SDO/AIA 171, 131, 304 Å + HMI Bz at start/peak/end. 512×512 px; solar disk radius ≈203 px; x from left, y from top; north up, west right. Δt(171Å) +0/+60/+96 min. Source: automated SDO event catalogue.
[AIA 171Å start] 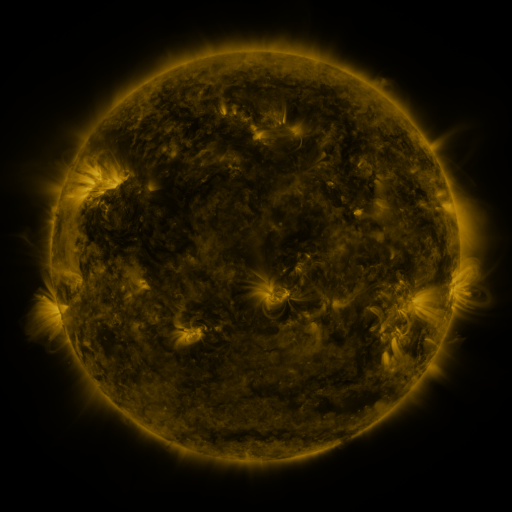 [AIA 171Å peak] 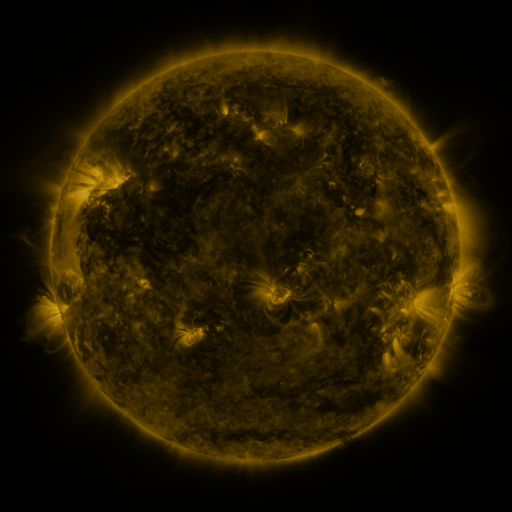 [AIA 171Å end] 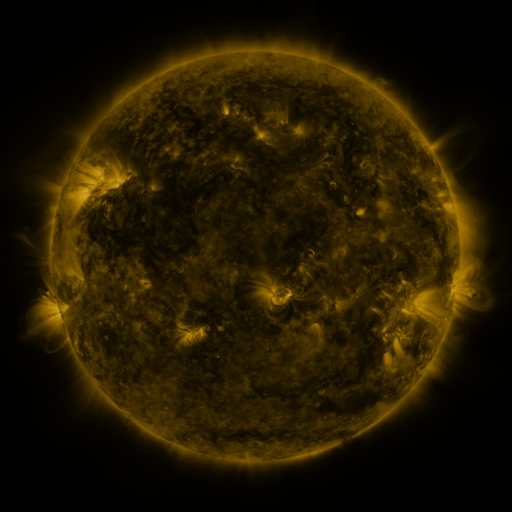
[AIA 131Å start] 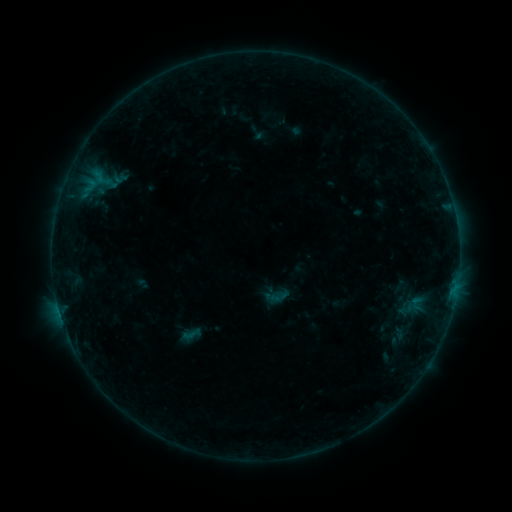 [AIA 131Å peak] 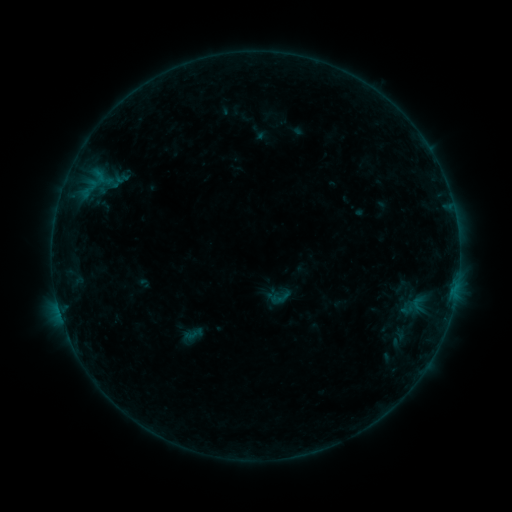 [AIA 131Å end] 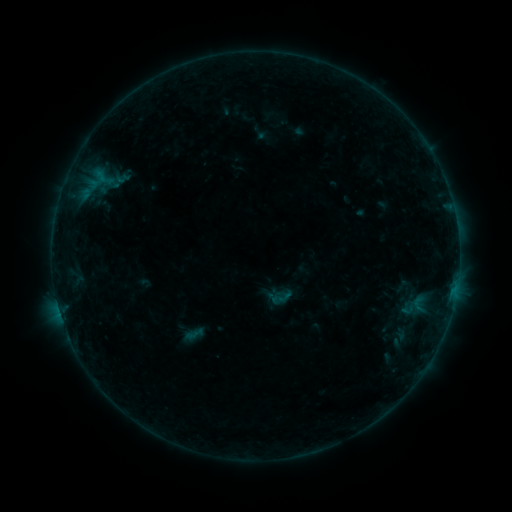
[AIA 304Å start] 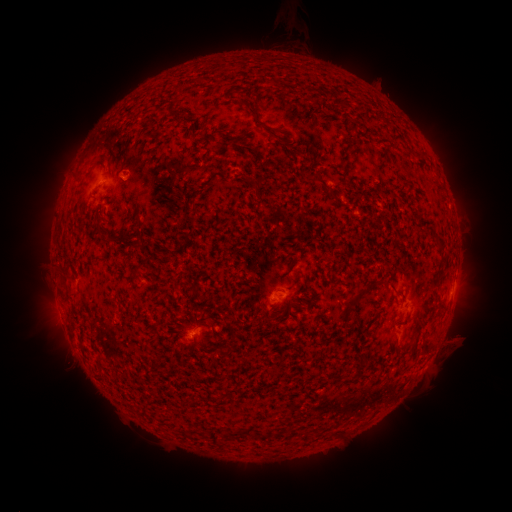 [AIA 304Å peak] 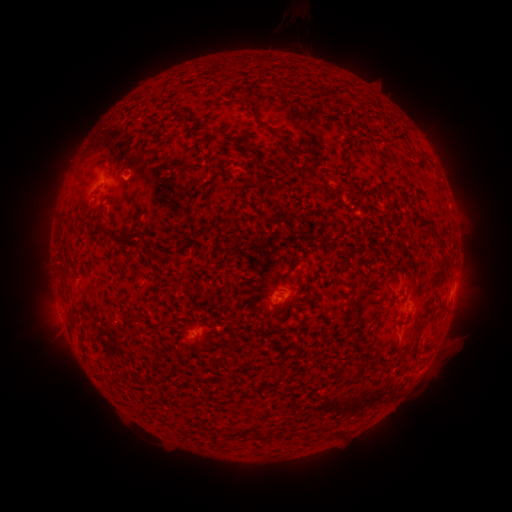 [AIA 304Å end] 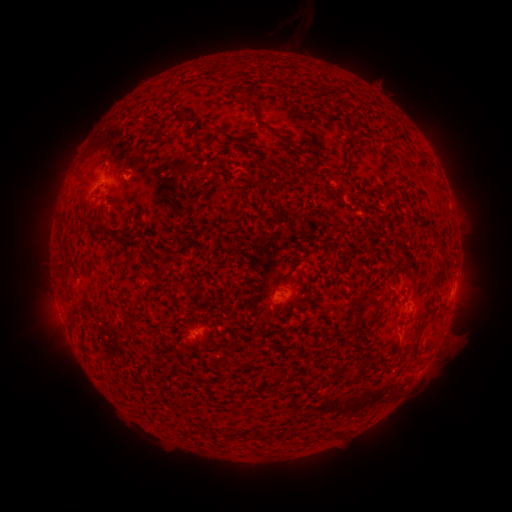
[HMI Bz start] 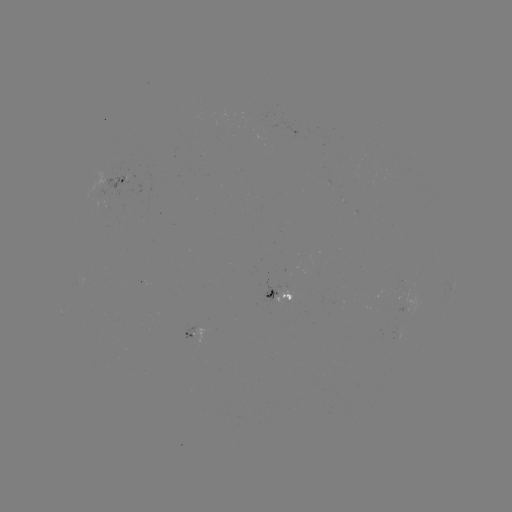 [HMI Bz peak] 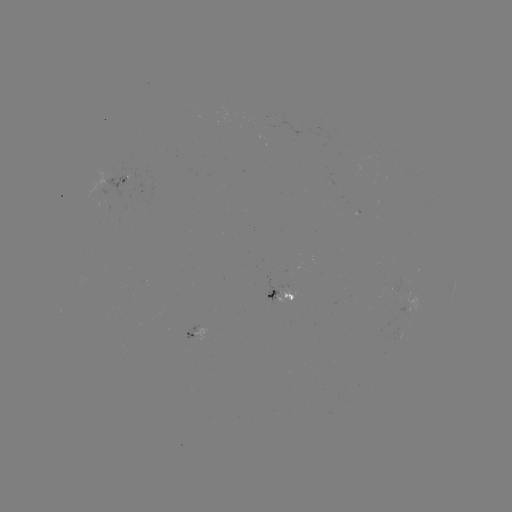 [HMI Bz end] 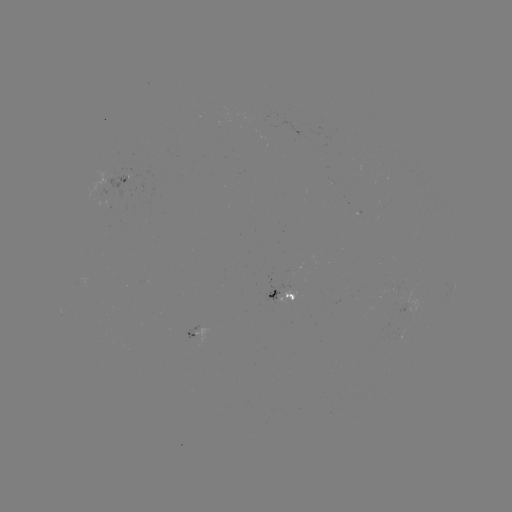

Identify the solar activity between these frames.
emerging-flux region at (105, 195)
